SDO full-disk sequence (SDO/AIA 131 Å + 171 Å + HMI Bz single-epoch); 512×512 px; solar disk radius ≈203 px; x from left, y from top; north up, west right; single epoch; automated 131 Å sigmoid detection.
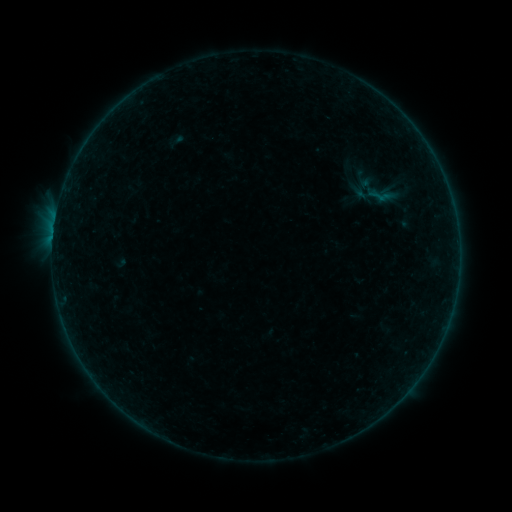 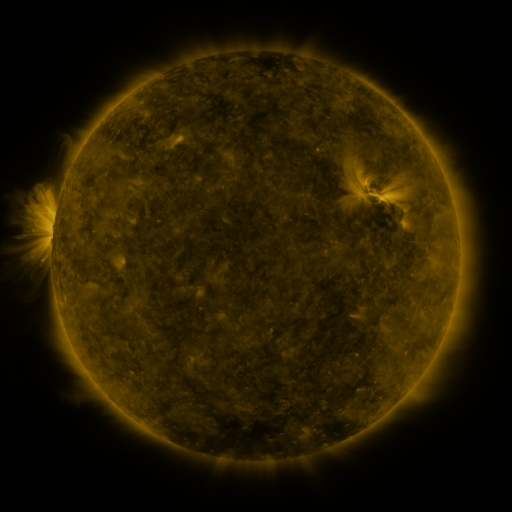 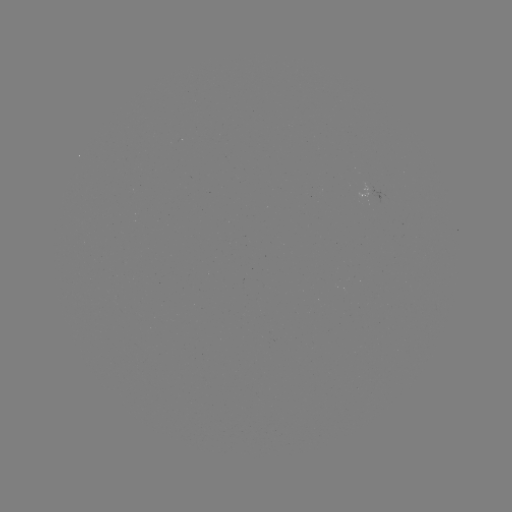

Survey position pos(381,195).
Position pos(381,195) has sigmoid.